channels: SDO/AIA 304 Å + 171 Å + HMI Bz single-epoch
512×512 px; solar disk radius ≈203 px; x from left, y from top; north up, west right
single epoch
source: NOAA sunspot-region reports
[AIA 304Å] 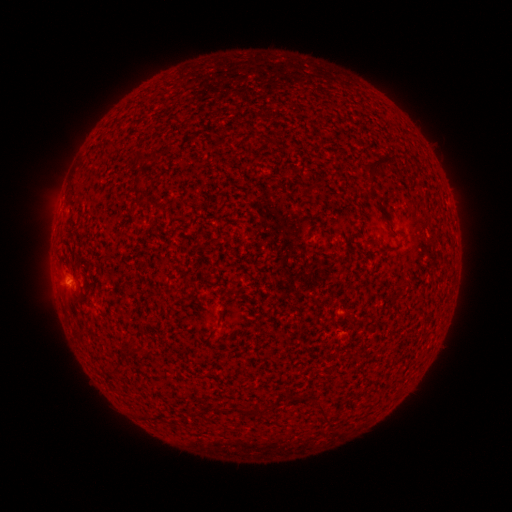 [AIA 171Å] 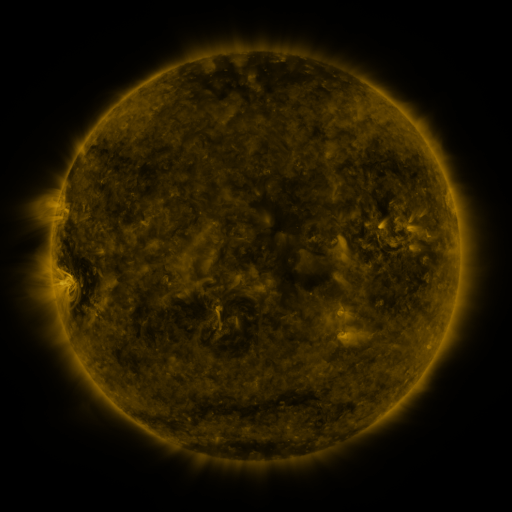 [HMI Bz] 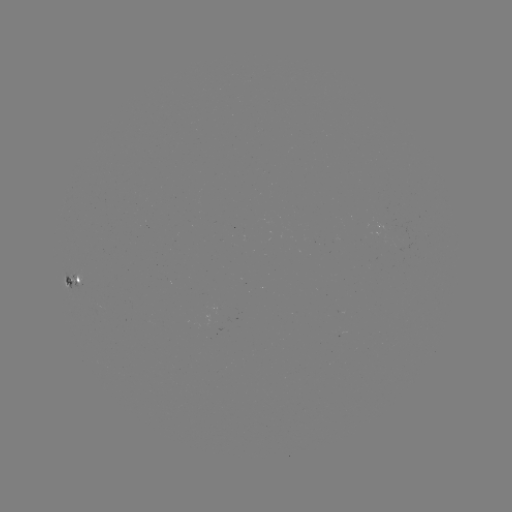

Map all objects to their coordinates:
spotted active region: (74, 282)
